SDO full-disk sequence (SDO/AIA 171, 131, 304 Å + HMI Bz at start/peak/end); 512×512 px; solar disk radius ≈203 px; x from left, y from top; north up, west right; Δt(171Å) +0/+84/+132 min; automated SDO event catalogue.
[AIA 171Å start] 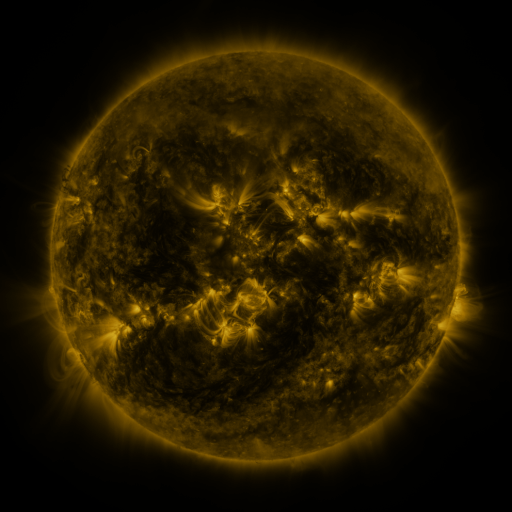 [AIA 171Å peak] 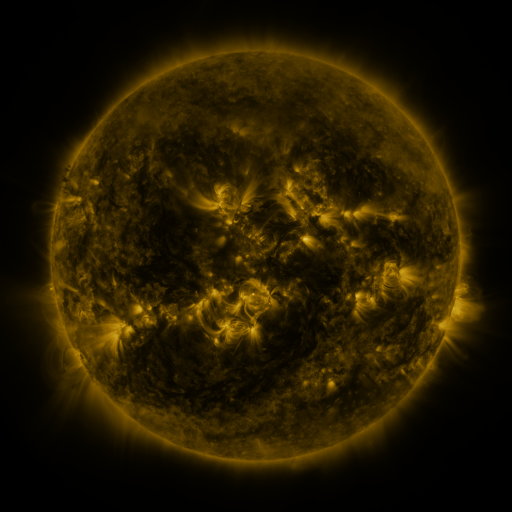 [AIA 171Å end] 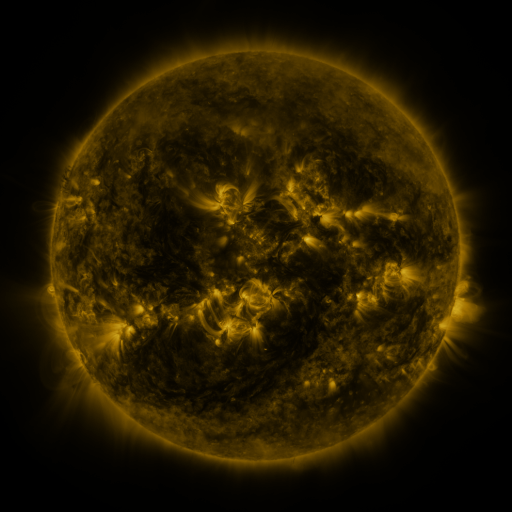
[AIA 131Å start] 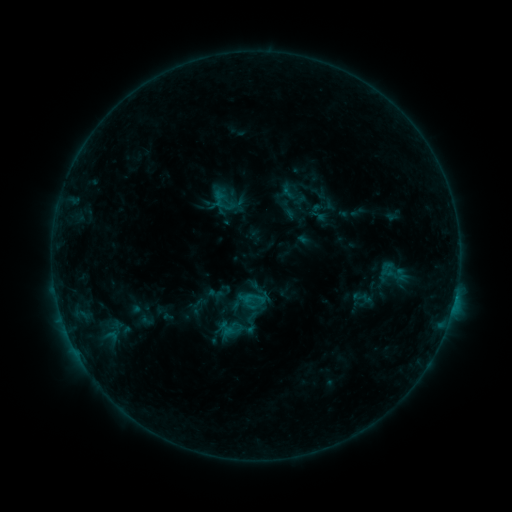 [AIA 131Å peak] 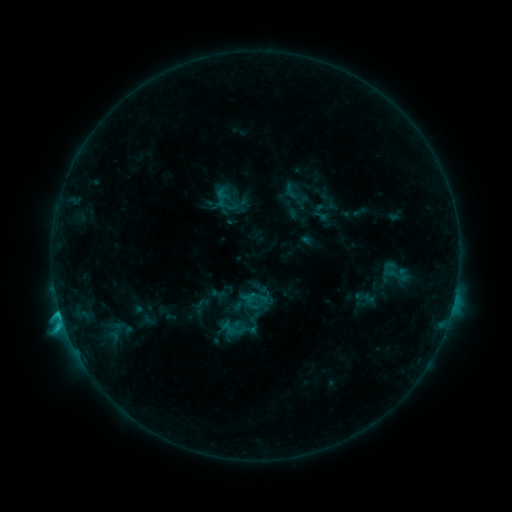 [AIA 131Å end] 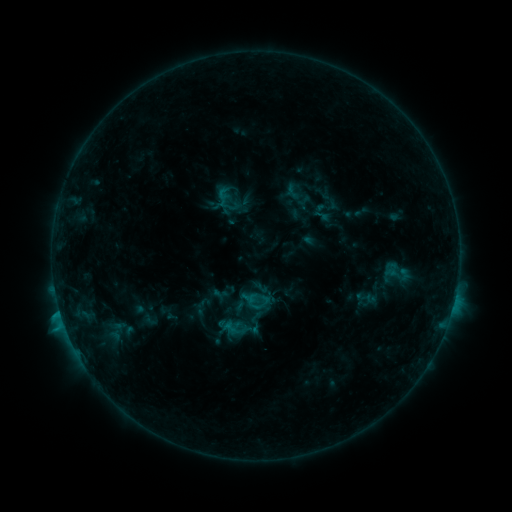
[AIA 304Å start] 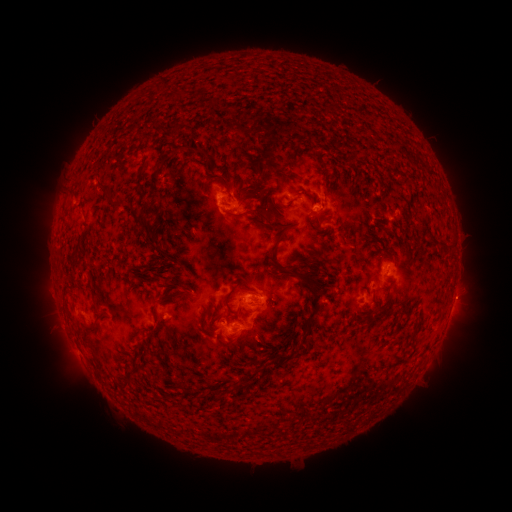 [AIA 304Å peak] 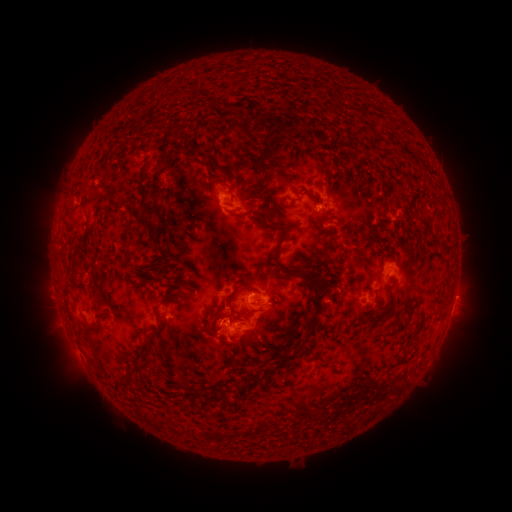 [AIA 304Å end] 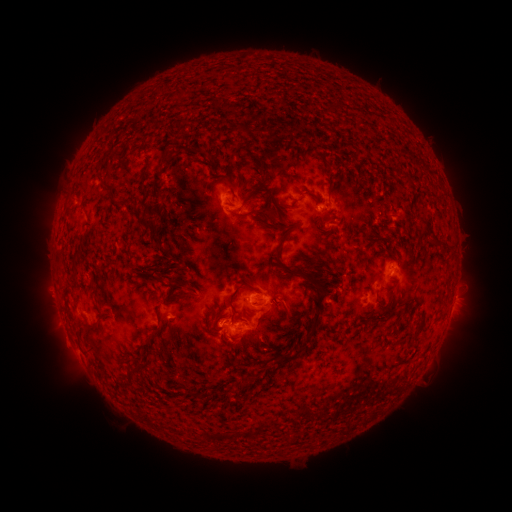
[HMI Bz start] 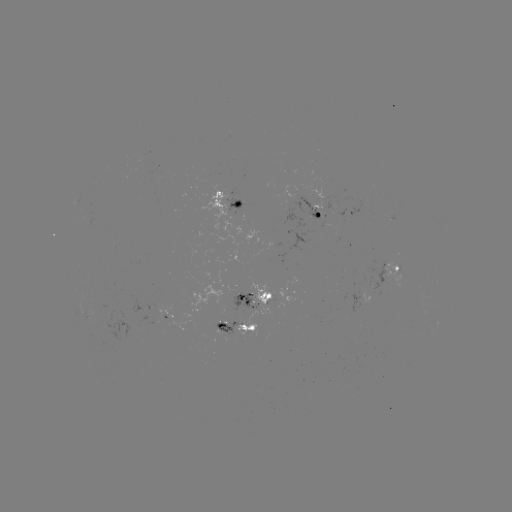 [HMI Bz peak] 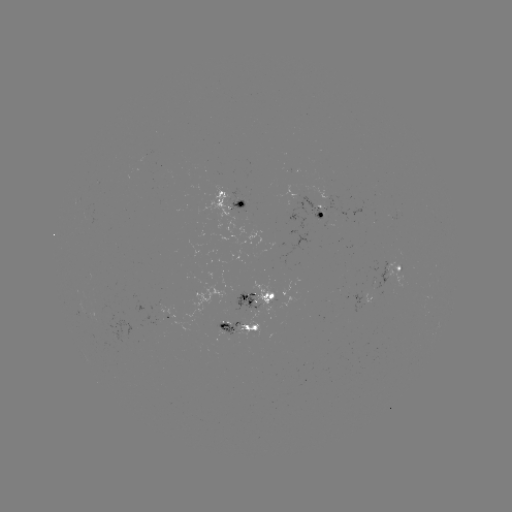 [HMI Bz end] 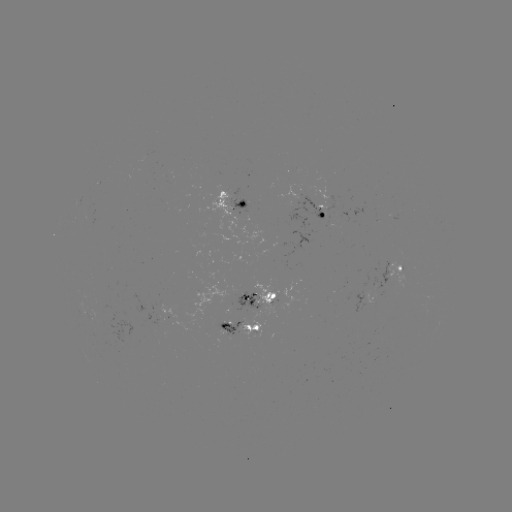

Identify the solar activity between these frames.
C1.9 flare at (60, 312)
